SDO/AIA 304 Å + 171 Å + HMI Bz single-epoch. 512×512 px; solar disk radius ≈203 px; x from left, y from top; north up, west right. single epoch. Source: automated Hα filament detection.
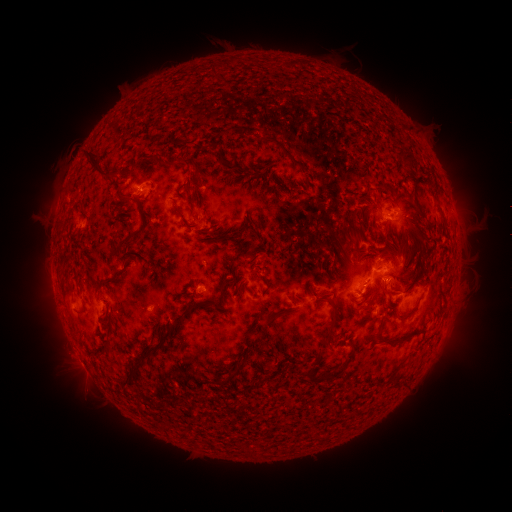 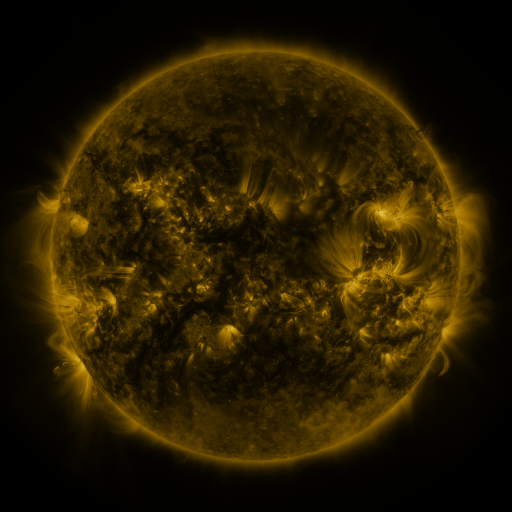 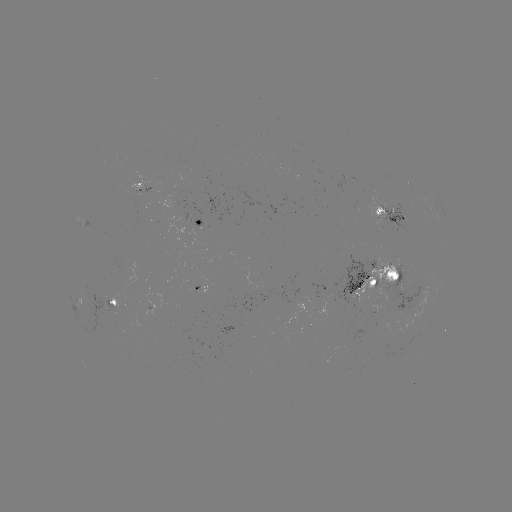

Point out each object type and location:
filament: (251, 61)
filament: (317, 71)
filament: (395, 120)
filament: (111, 145)
filament: (416, 148)
filament: (202, 154)
filament: (301, 159)
filament: (243, 166)
filament: (268, 169)
filament: (131, 176)
filament: (418, 177)
filament: (206, 181)
filament: (143, 182)
filament: (193, 215)
filament: (134, 219)
filament: (224, 223)
filament: (239, 230)
filament: (243, 240)
filament: (346, 248)
filament: (119, 252)
filament: (60, 259)
filament: (261, 280)
filament: (309, 304)
filament: (97, 316)
filament: (160, 316)
filament: (267, 316)
filament: (324, 329)
filament: (394, 339)
filament: (112, 356)
filament: (371, 358)
filament: (223, 363)
filament: (321, 381)
